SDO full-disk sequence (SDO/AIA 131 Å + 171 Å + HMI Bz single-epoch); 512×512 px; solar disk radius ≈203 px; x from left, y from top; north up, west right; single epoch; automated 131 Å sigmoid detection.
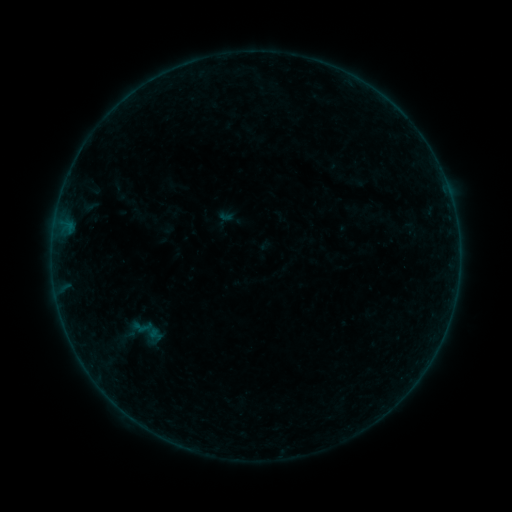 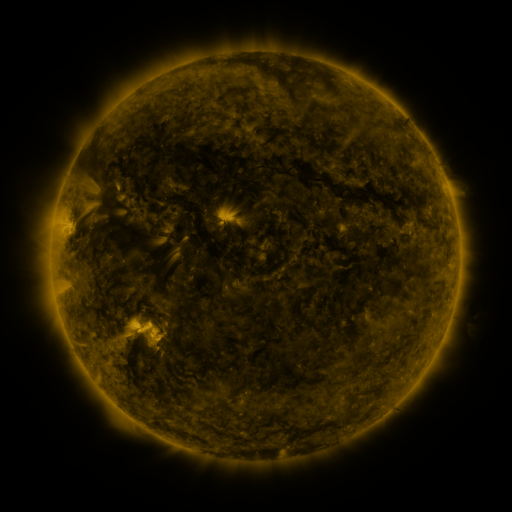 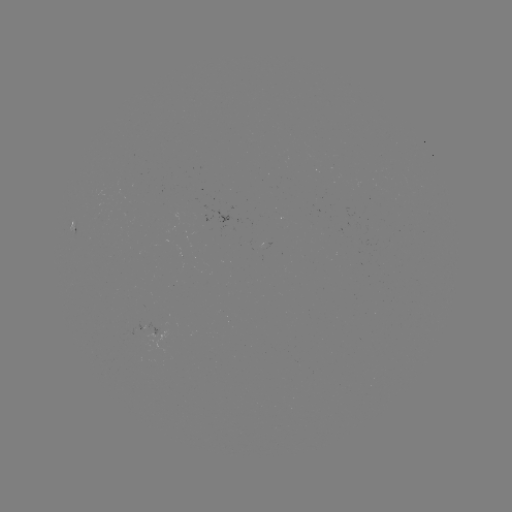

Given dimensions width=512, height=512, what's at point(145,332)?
sigmoid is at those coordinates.